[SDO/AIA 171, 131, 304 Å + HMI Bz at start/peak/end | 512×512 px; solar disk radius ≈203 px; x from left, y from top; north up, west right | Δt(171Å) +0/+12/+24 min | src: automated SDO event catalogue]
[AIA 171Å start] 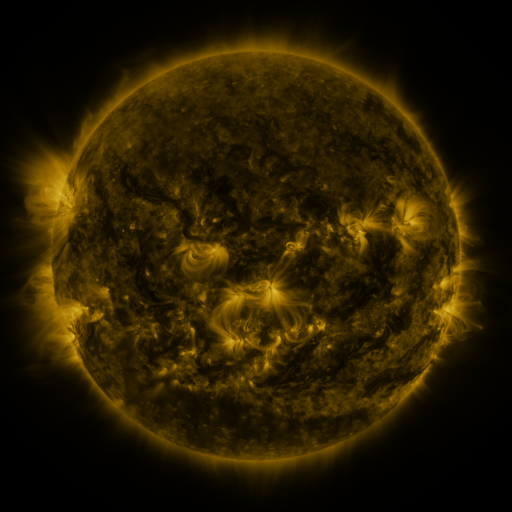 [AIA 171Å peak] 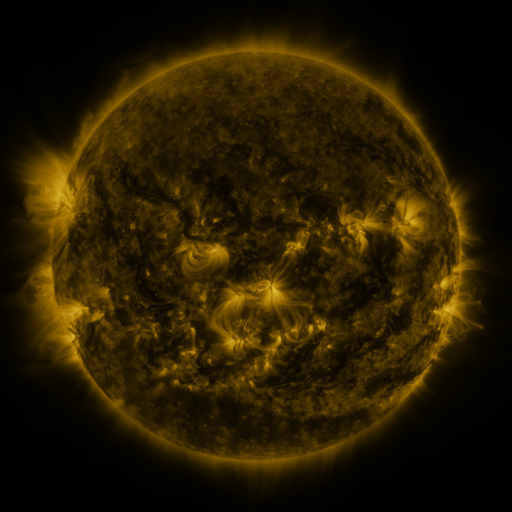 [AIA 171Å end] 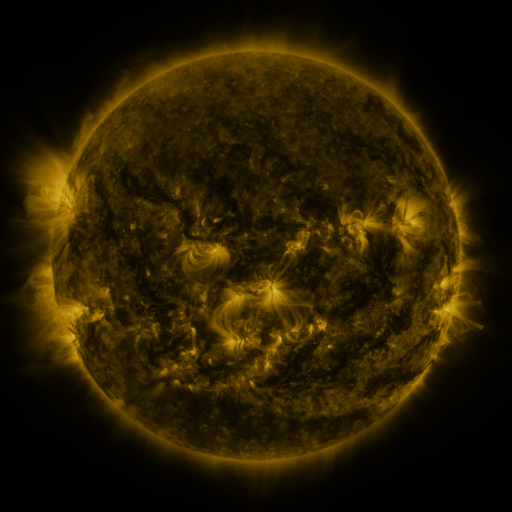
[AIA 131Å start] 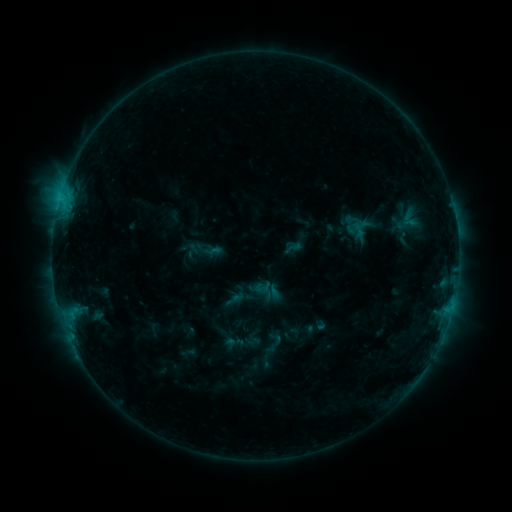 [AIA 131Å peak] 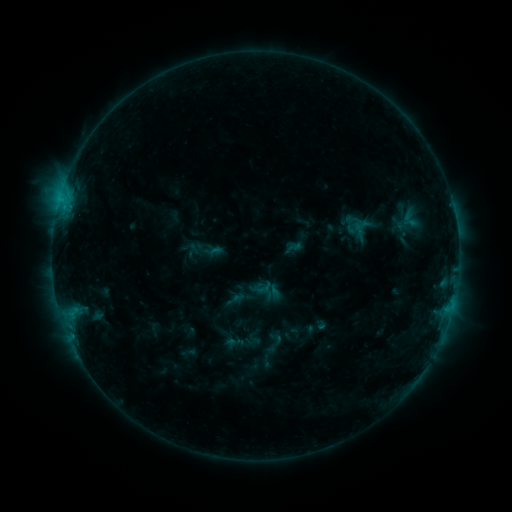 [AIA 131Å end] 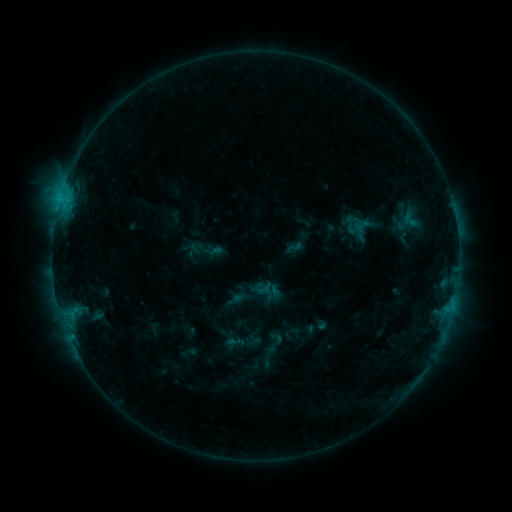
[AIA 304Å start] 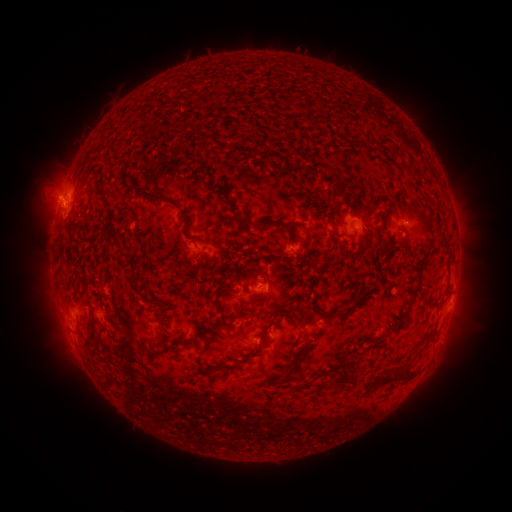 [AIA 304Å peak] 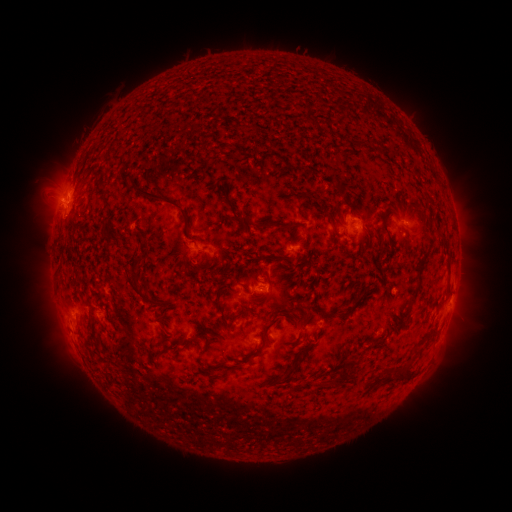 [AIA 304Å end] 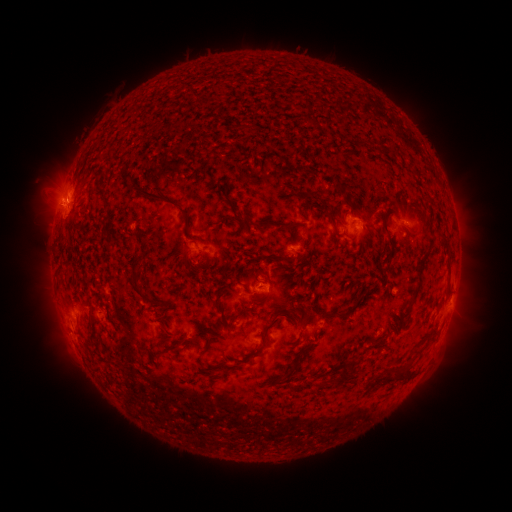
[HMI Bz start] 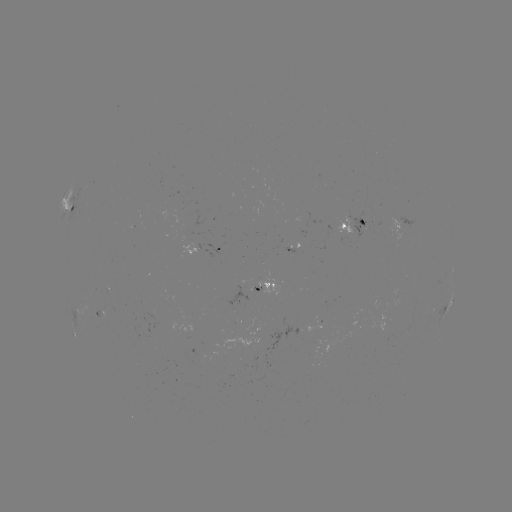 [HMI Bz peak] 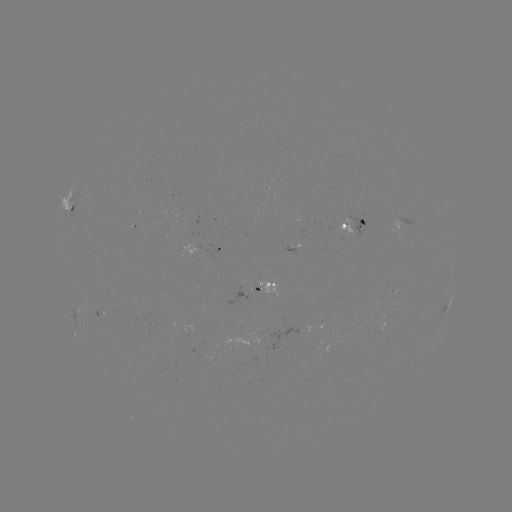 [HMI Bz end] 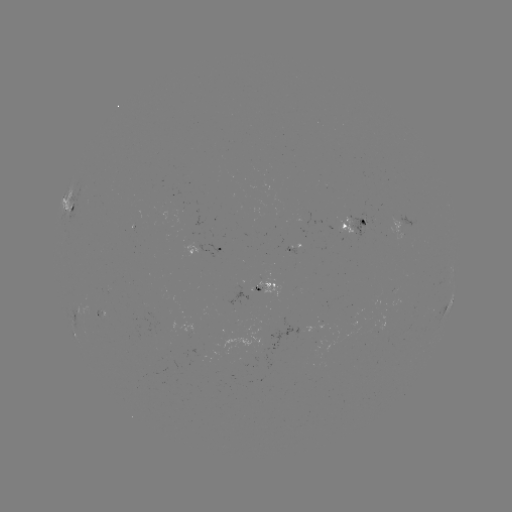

nothing was catalogued: no classed flare, no EUV trigger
